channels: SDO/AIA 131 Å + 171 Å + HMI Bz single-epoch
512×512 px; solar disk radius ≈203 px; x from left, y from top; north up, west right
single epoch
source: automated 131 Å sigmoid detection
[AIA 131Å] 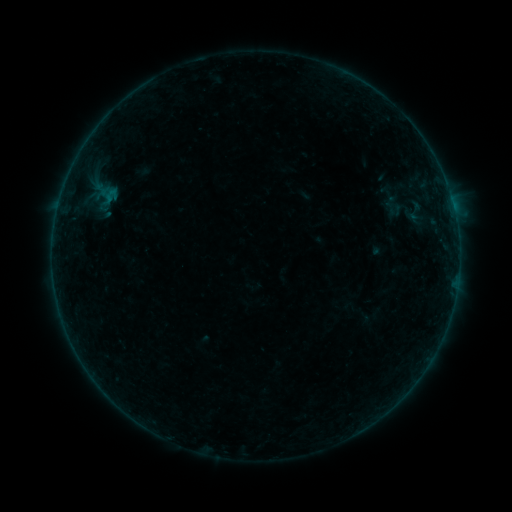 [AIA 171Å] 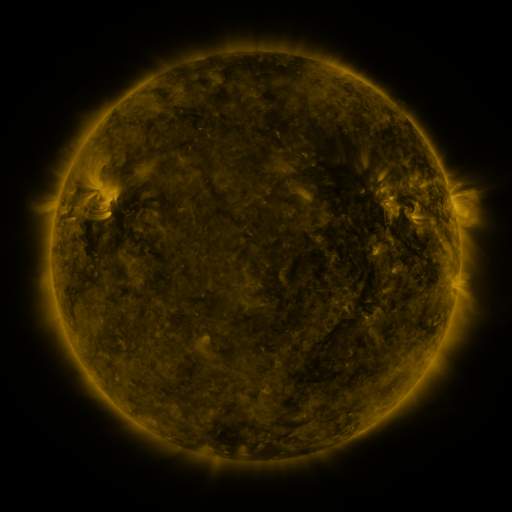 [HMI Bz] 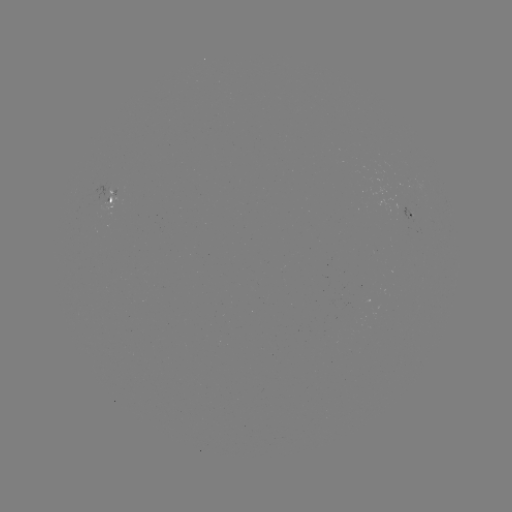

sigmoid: [88, 180, 122, 216]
